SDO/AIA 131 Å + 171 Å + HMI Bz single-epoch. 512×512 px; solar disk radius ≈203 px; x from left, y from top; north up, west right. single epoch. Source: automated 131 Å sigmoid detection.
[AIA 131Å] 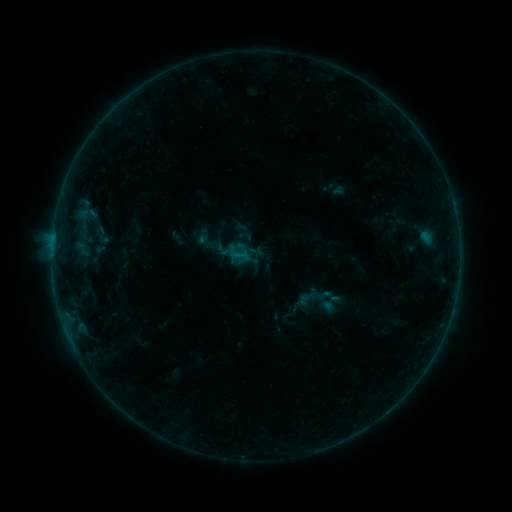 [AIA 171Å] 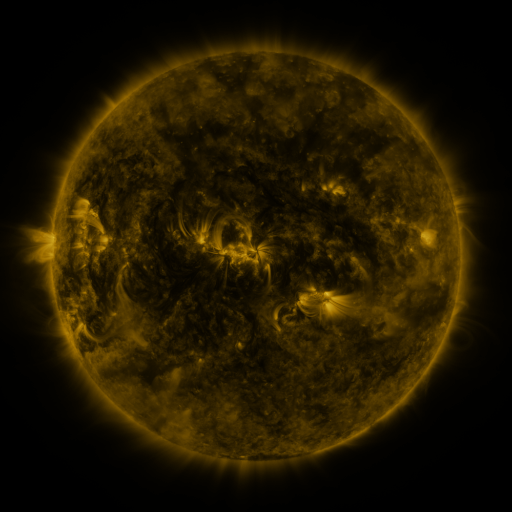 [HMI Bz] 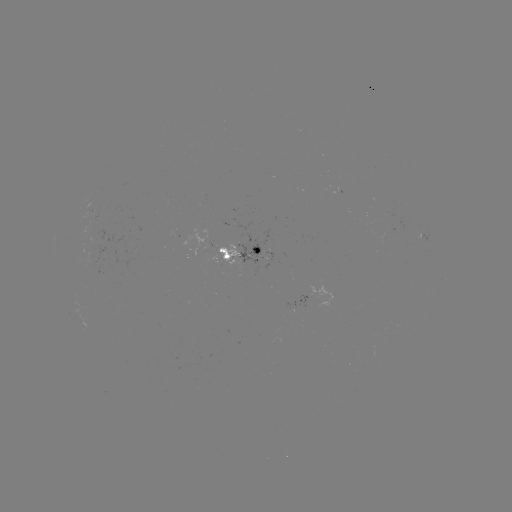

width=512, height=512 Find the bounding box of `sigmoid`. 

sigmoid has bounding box [90, 220, 113, 248].